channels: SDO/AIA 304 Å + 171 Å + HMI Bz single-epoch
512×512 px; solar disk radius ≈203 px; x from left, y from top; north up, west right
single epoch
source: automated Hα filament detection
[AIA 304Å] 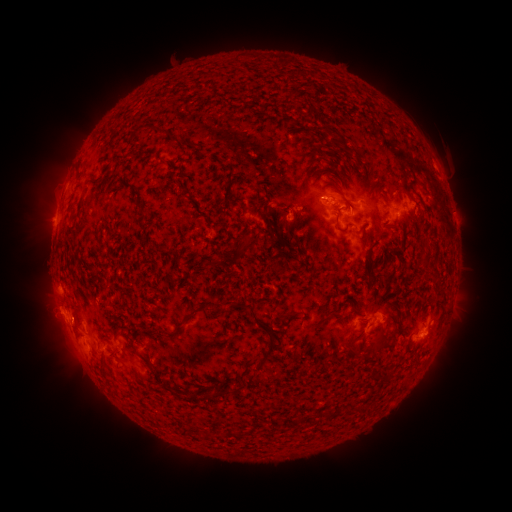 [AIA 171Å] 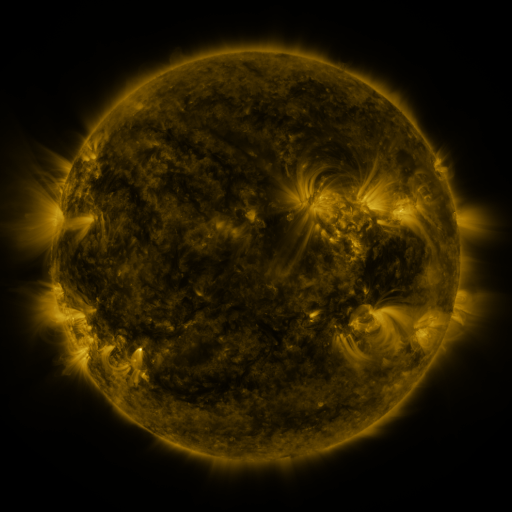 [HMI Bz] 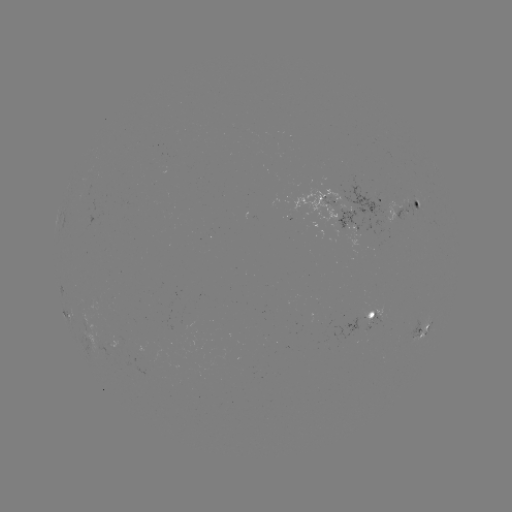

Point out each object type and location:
filament: (349, 204)
filament: (339, 230)
filament: (287, 315)
filament: (319, 324)
filament: (177, 326)
filament: (266, 353)
